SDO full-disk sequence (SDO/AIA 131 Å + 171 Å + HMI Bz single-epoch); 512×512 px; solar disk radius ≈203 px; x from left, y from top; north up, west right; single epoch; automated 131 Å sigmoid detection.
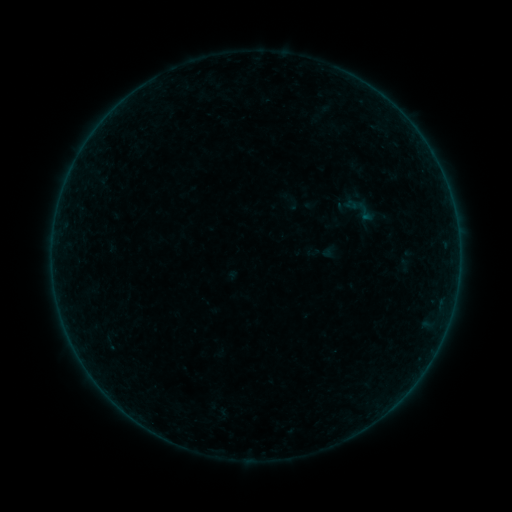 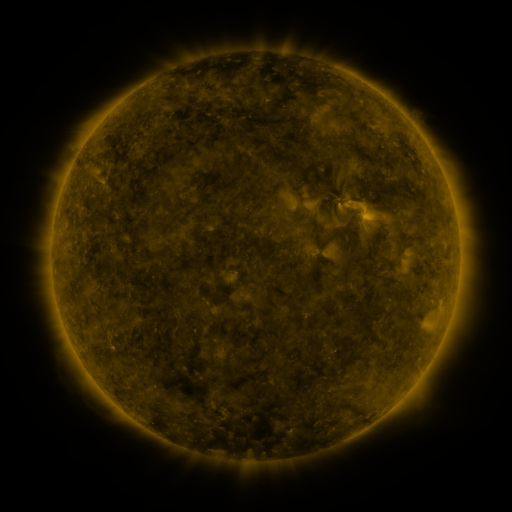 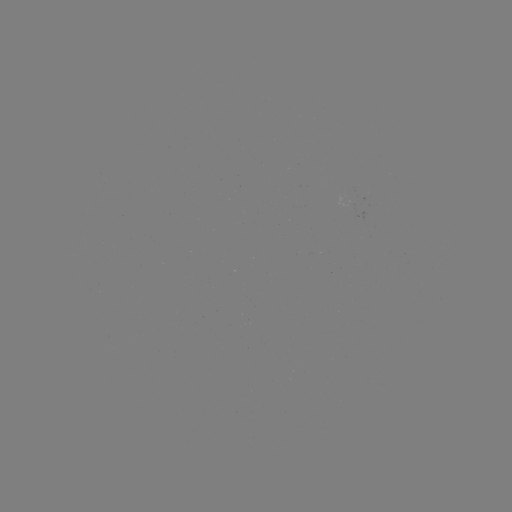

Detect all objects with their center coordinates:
sigmoid: [352, 199, 378, 225]
